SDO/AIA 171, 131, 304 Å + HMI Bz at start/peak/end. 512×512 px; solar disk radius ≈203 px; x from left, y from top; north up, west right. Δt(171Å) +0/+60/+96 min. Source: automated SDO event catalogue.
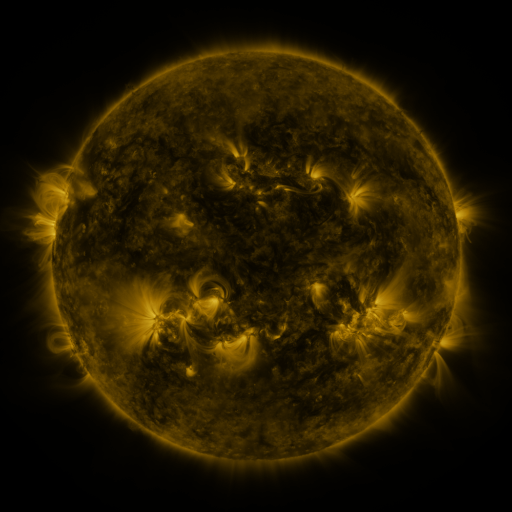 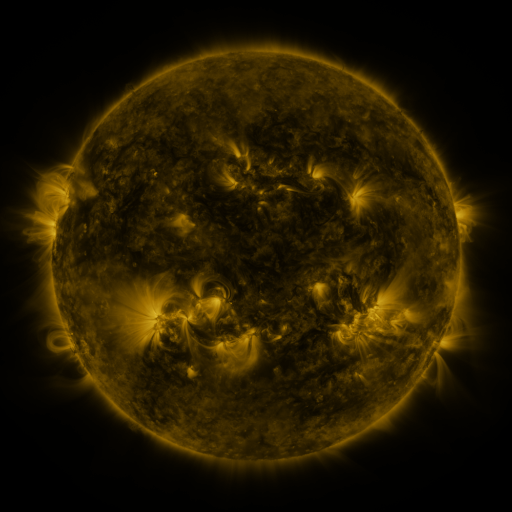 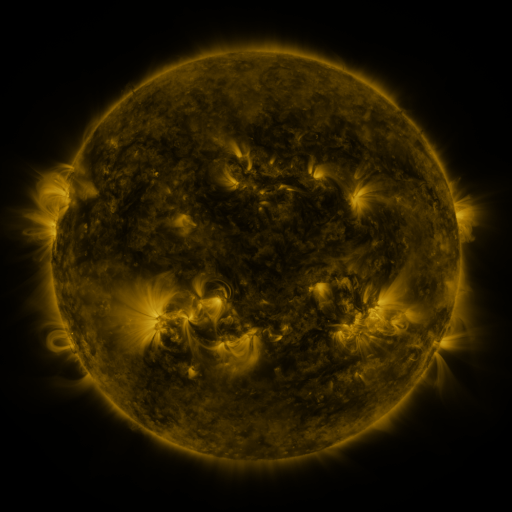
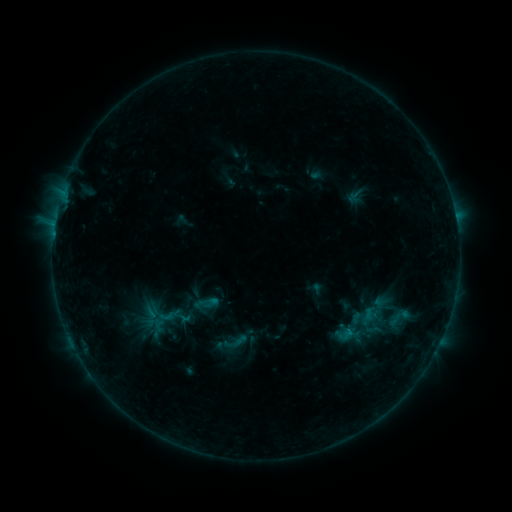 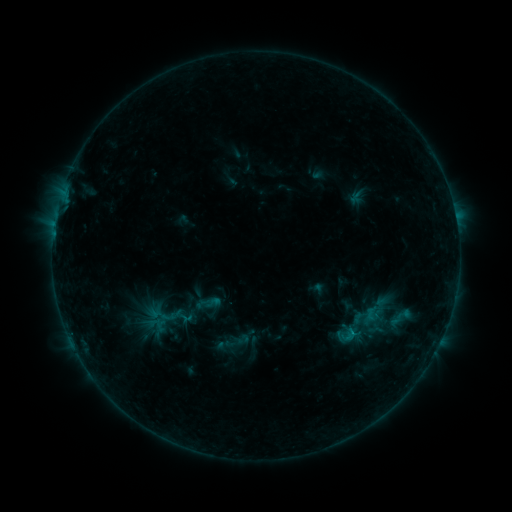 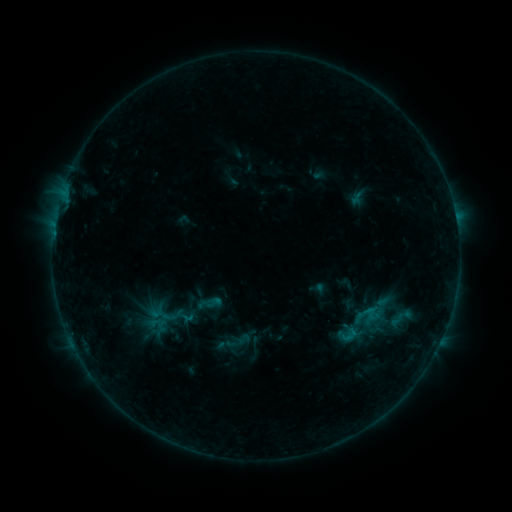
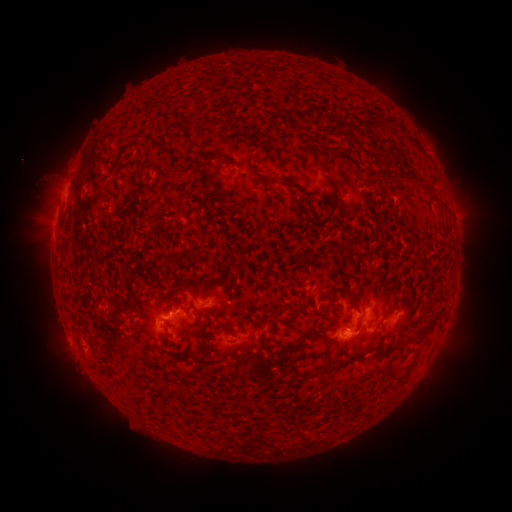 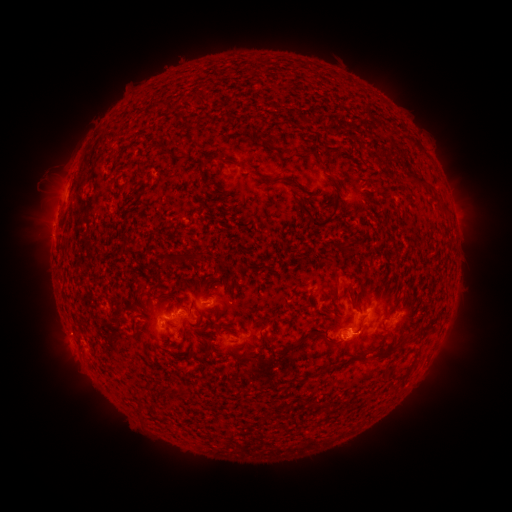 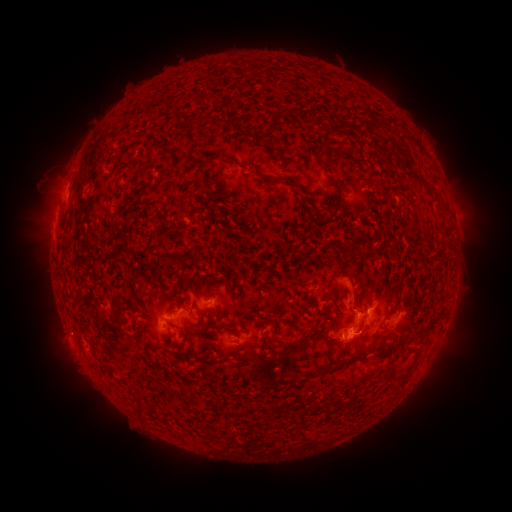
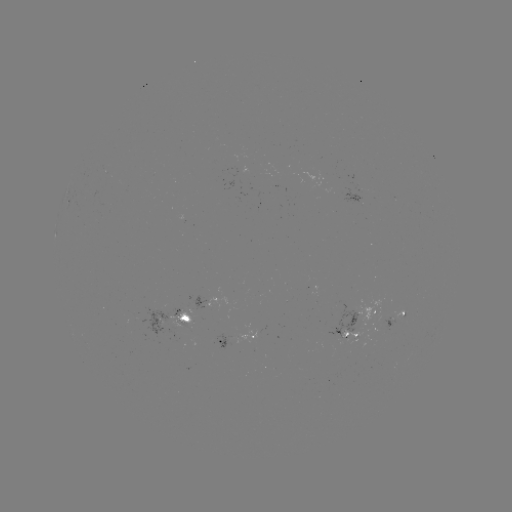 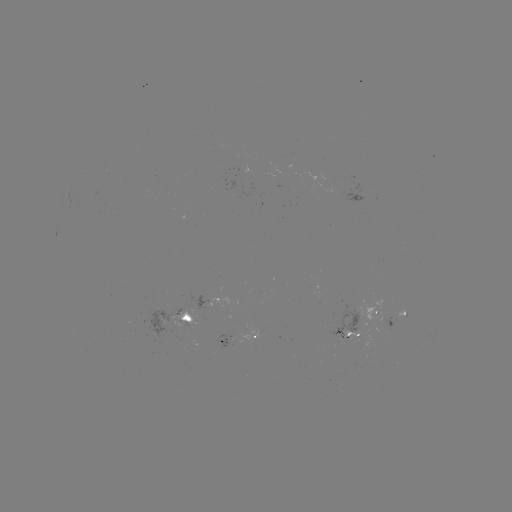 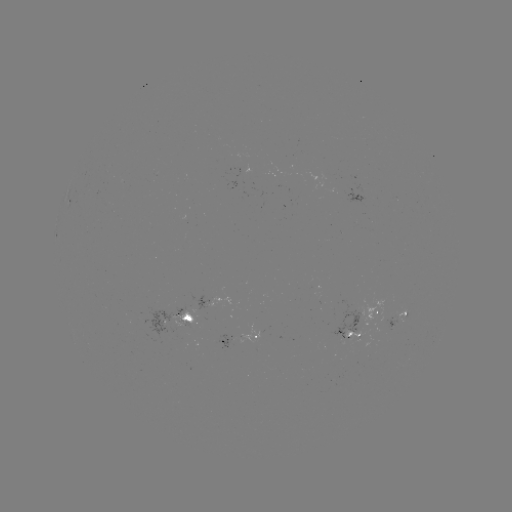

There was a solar emerging-flux region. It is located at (392, 321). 